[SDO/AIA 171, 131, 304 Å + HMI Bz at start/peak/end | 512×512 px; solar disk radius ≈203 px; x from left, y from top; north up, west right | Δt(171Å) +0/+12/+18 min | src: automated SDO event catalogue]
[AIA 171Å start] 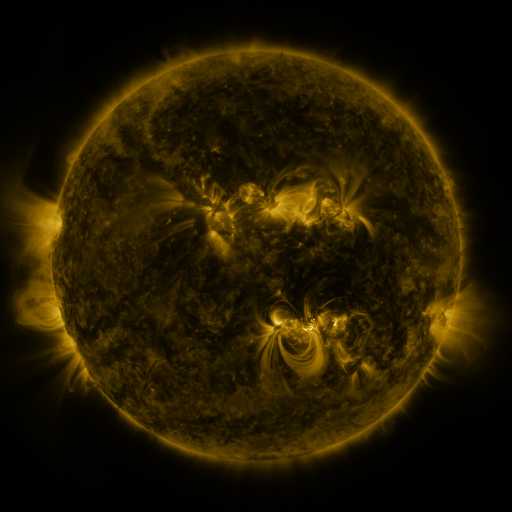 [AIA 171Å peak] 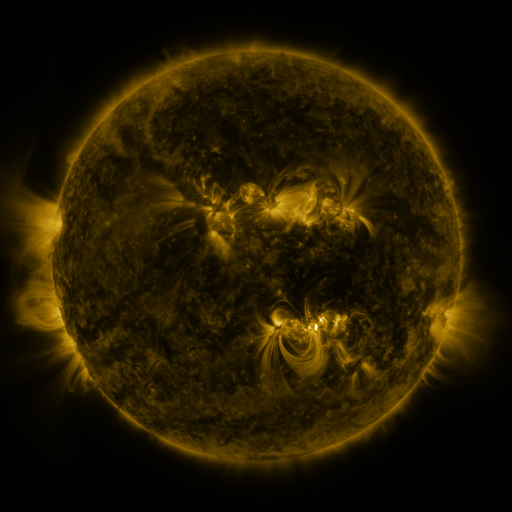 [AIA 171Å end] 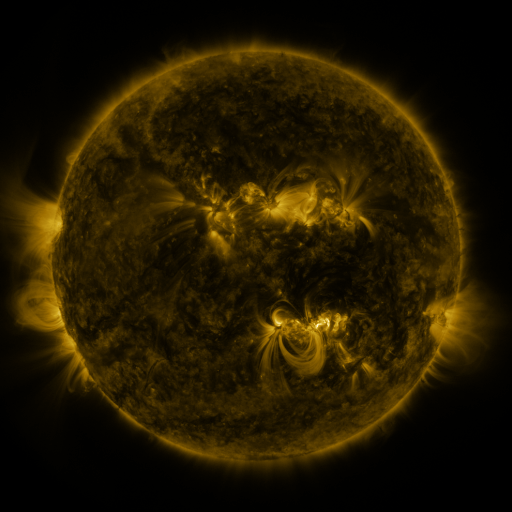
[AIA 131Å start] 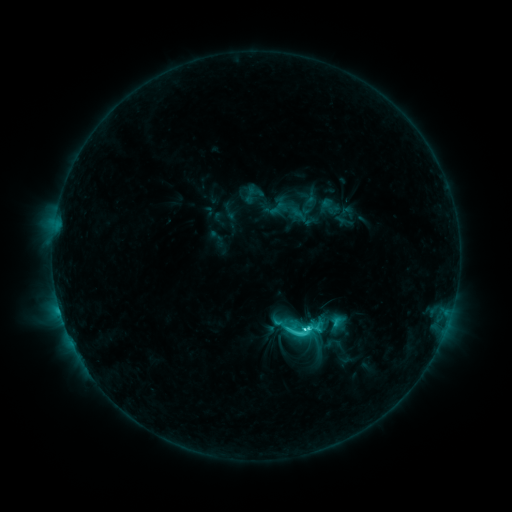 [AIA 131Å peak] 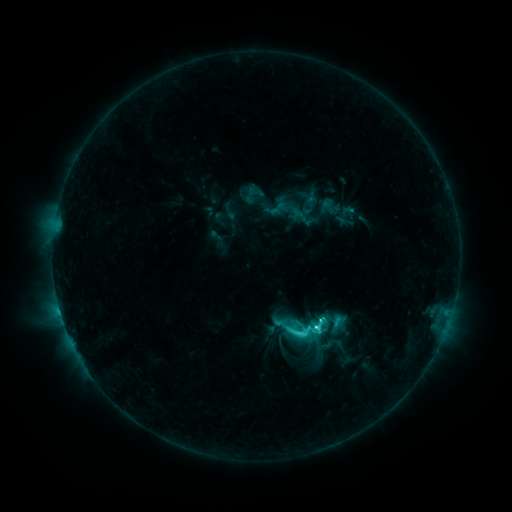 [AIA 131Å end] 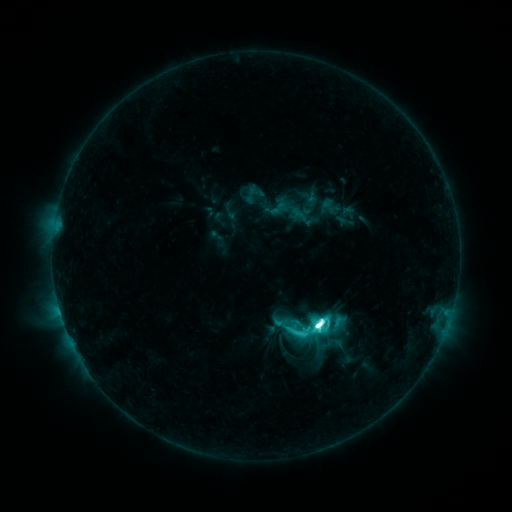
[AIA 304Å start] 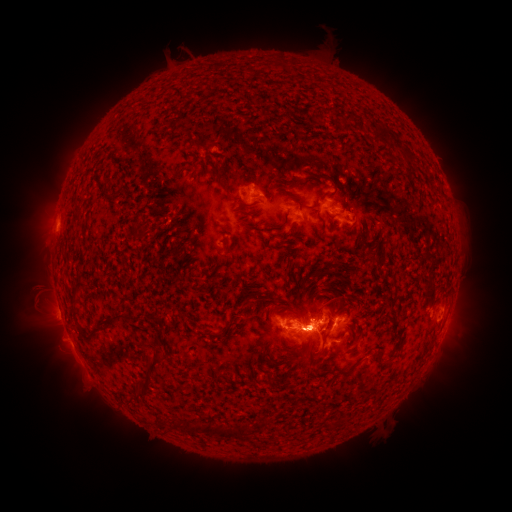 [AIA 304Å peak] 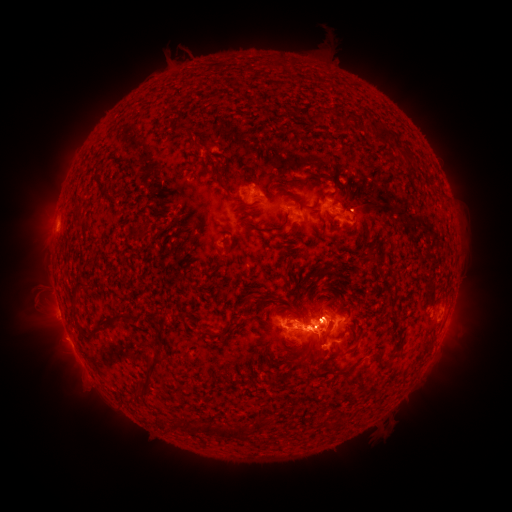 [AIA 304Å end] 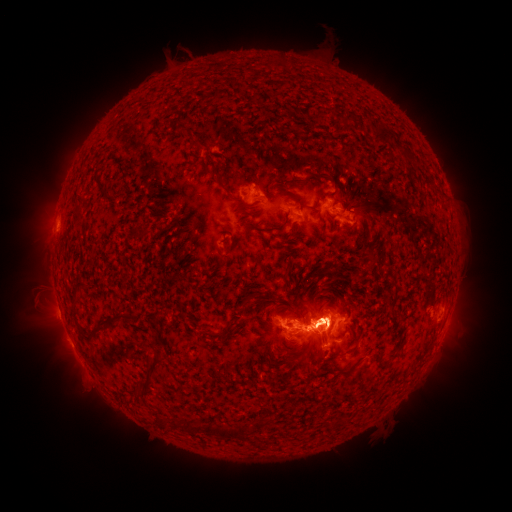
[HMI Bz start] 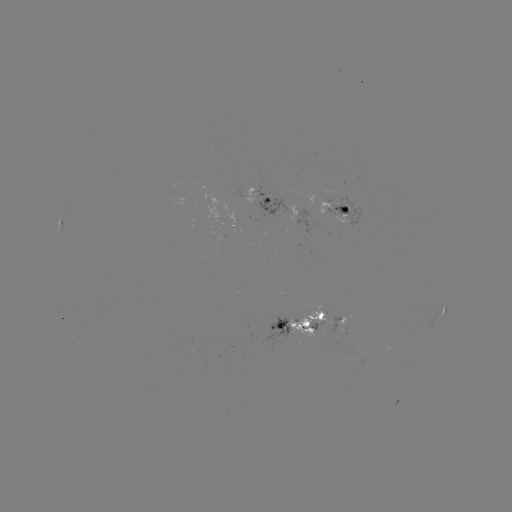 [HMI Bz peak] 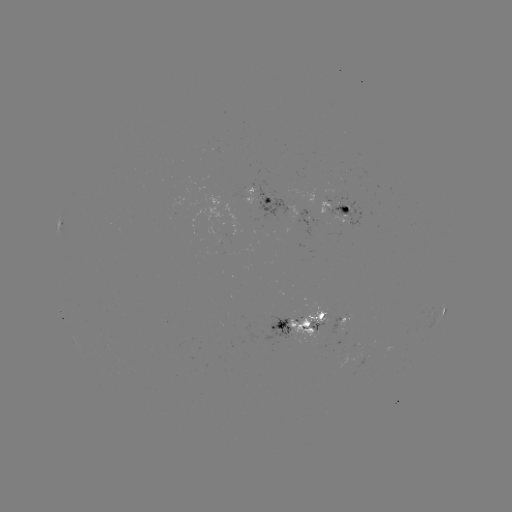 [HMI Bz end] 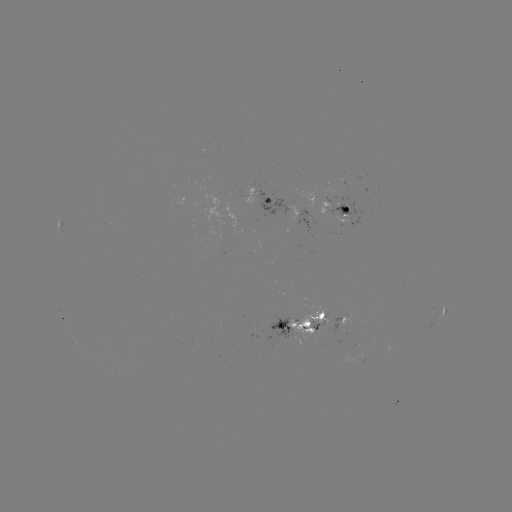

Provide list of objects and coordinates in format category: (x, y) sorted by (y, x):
eruption: (319, 323)
